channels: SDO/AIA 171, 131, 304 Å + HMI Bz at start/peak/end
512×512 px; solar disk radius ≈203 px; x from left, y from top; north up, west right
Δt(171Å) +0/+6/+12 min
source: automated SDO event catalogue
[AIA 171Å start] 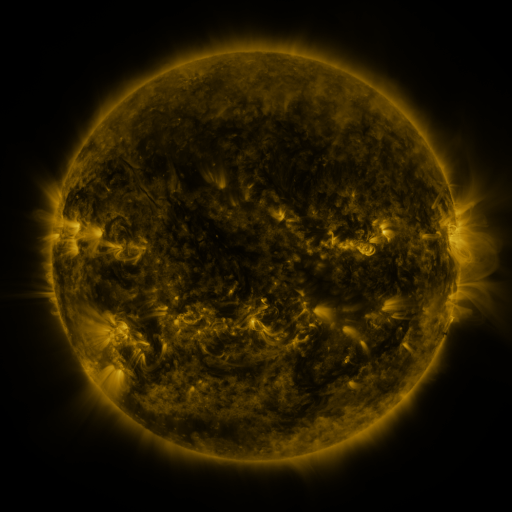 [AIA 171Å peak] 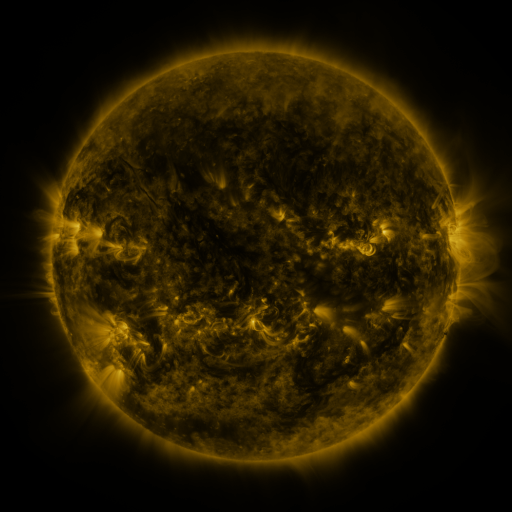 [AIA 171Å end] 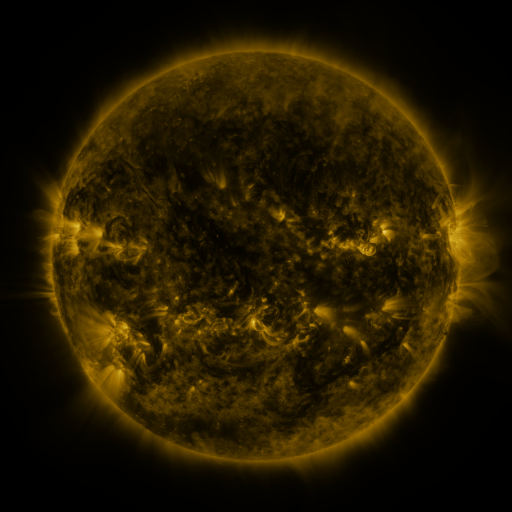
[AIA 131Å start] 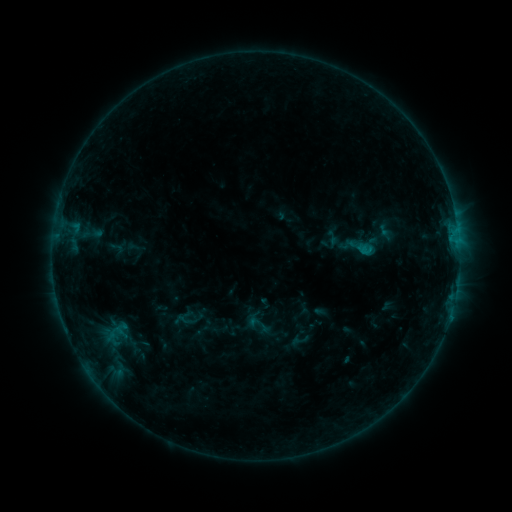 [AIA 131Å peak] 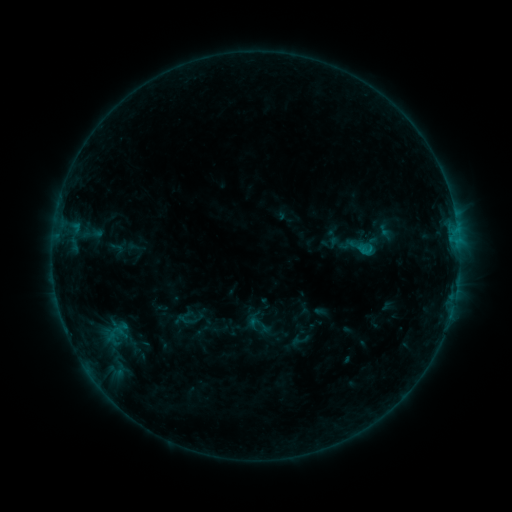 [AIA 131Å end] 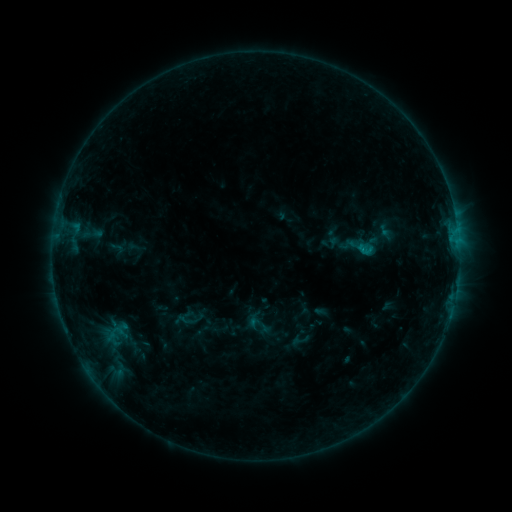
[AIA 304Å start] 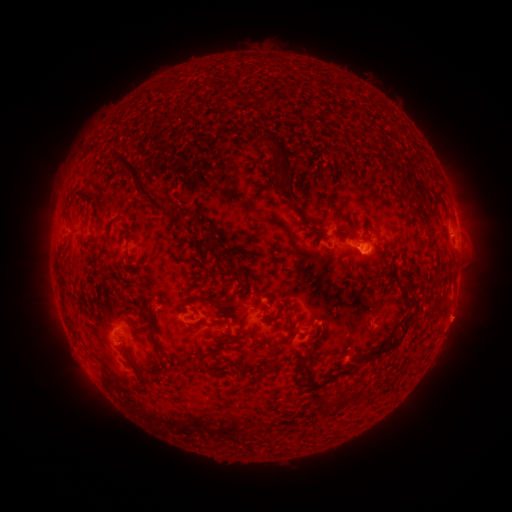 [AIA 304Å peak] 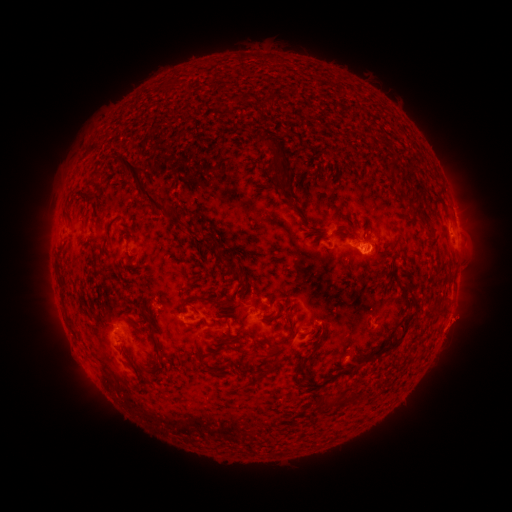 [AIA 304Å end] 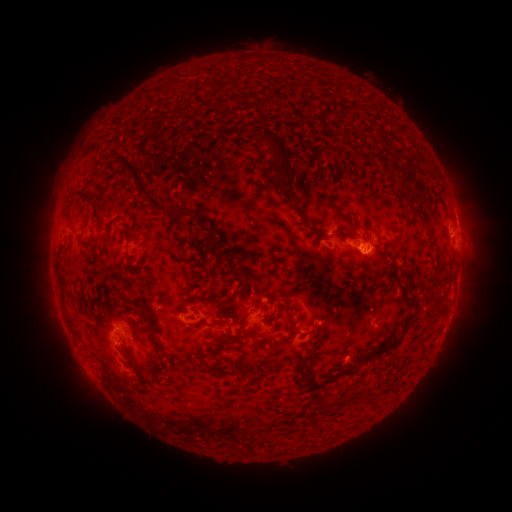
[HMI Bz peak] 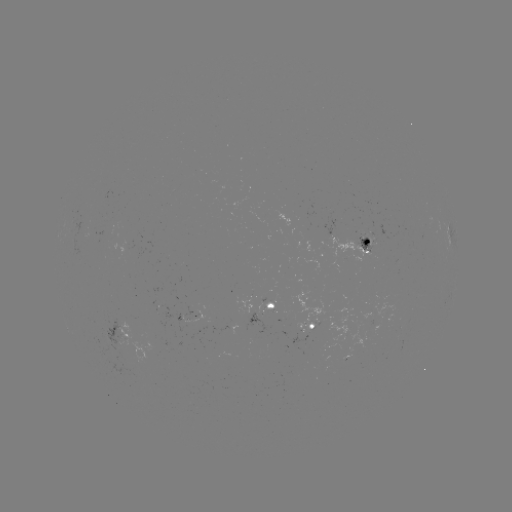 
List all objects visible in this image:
eruption: (460, 319)
